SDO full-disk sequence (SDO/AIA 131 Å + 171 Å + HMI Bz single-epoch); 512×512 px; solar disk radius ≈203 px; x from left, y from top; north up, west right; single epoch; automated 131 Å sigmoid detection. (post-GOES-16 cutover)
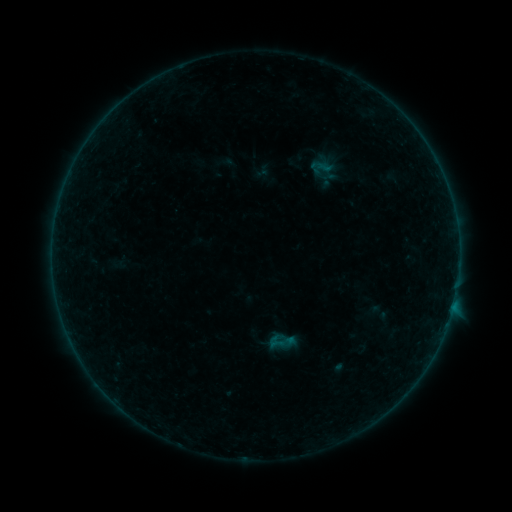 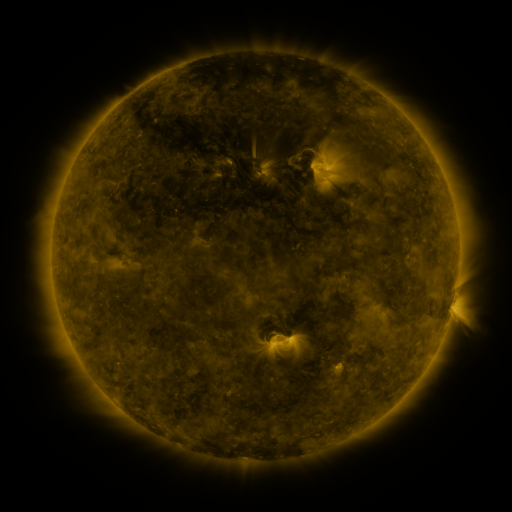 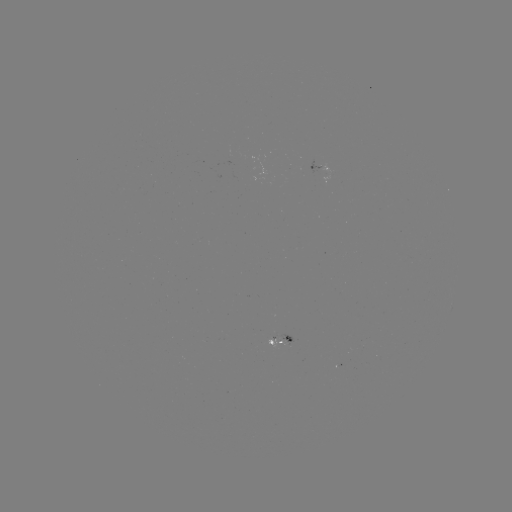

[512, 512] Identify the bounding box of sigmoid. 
[267, 332, 286, 351].